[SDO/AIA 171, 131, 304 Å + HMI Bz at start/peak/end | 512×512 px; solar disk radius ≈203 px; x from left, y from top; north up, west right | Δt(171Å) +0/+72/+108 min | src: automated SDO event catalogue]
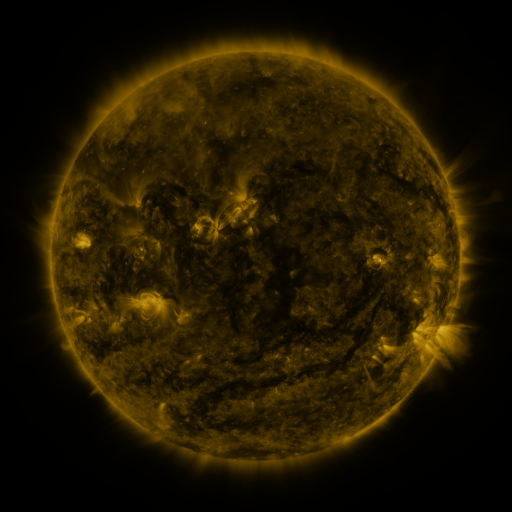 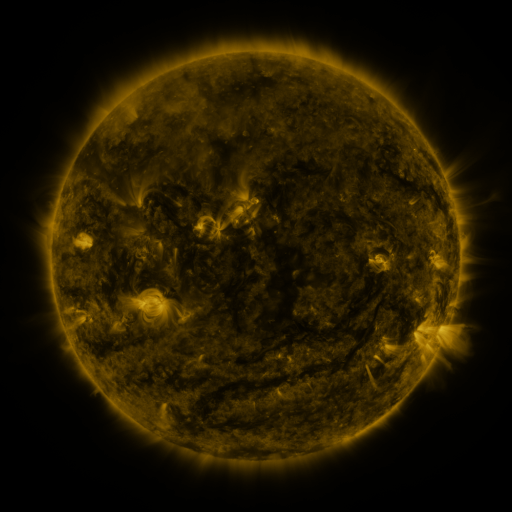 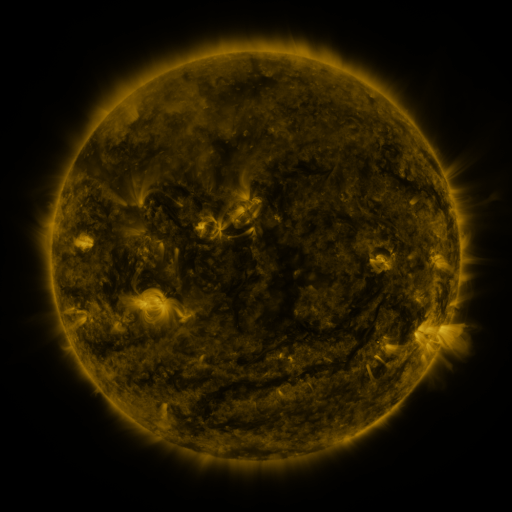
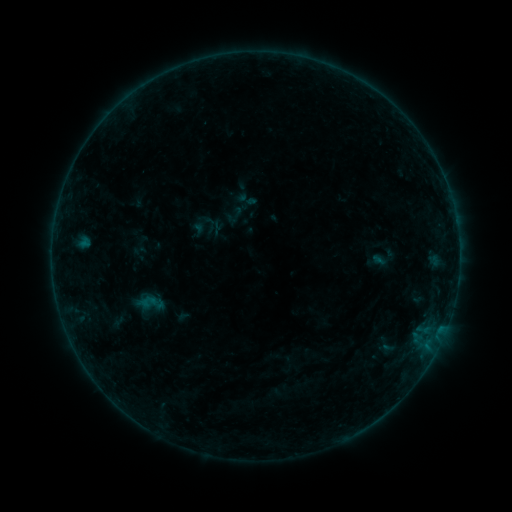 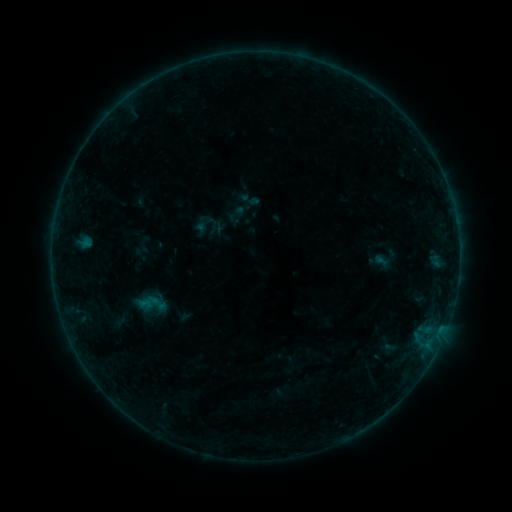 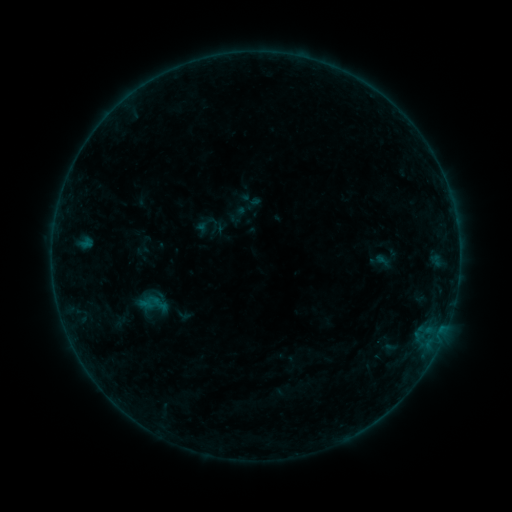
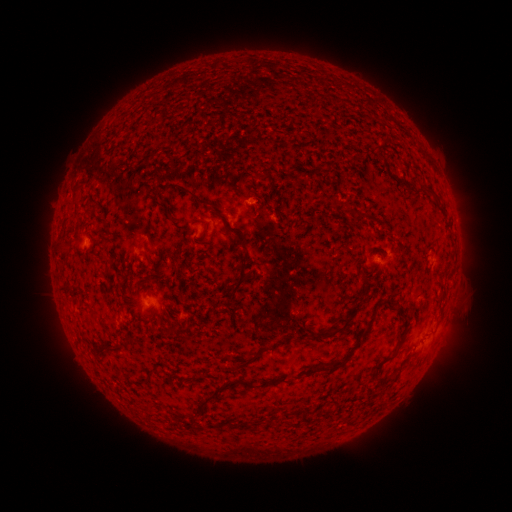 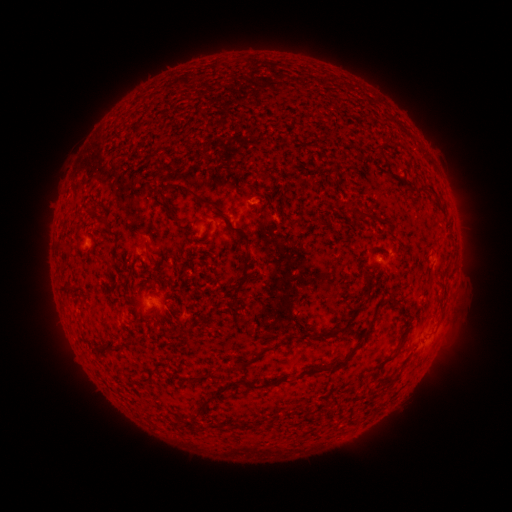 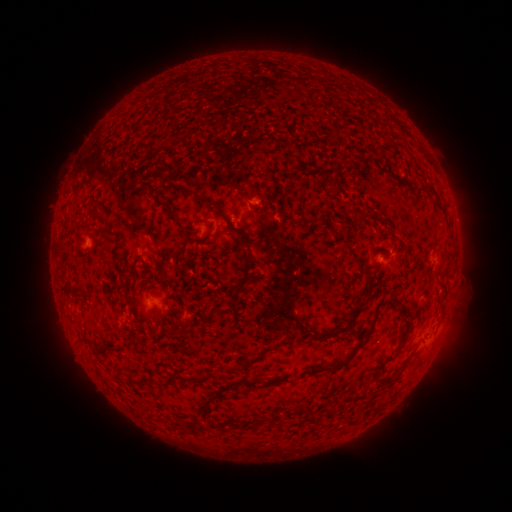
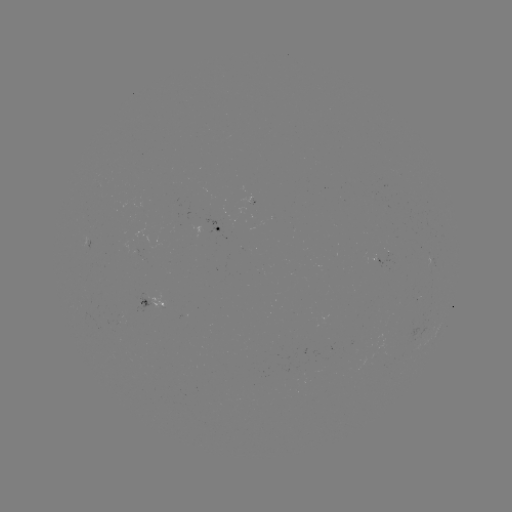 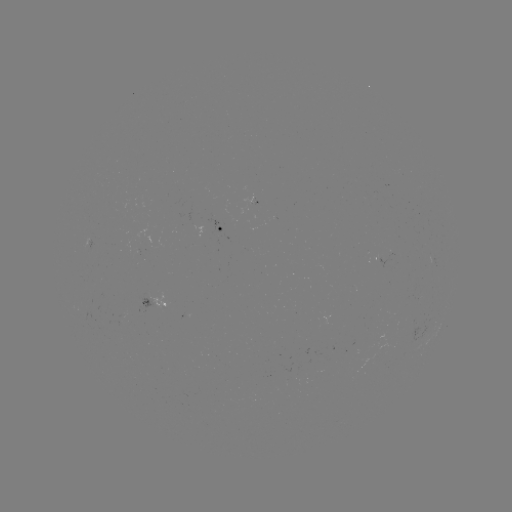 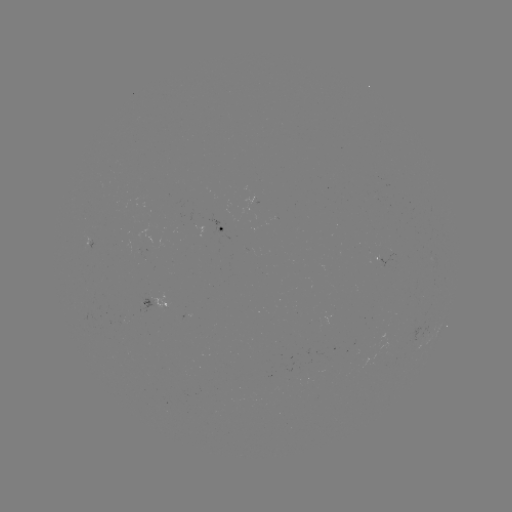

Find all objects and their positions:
emerging-flux region: (135, 247)
